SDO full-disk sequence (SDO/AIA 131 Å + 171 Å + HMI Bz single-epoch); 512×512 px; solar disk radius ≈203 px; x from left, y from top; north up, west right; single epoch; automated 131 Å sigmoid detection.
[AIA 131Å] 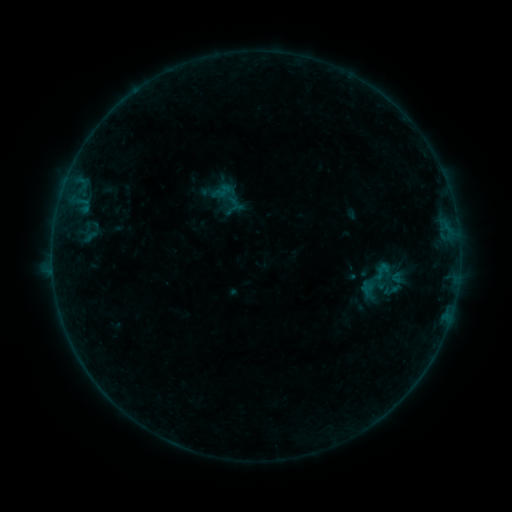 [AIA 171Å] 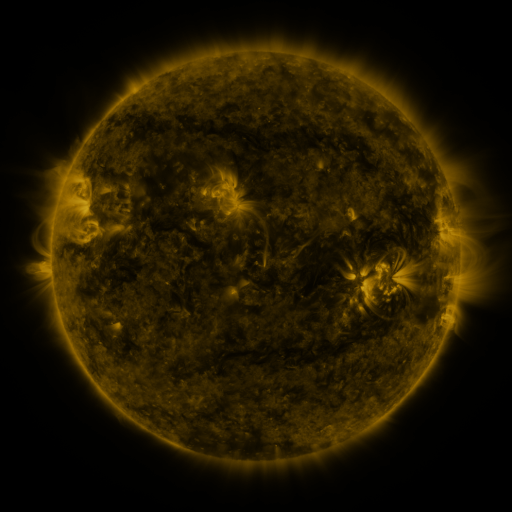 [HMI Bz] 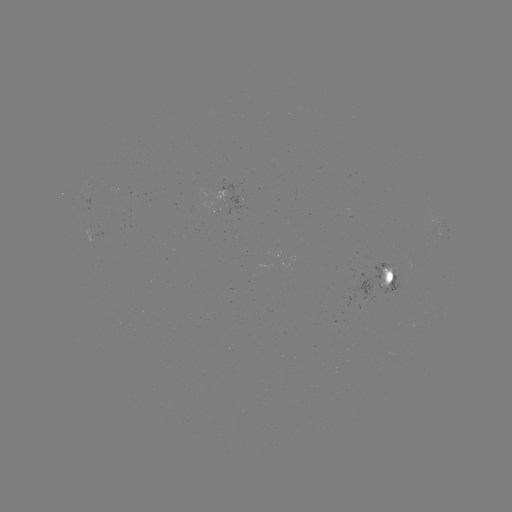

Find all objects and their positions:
sigmoid: (383, 272)
sigmoid: (391, 290)
